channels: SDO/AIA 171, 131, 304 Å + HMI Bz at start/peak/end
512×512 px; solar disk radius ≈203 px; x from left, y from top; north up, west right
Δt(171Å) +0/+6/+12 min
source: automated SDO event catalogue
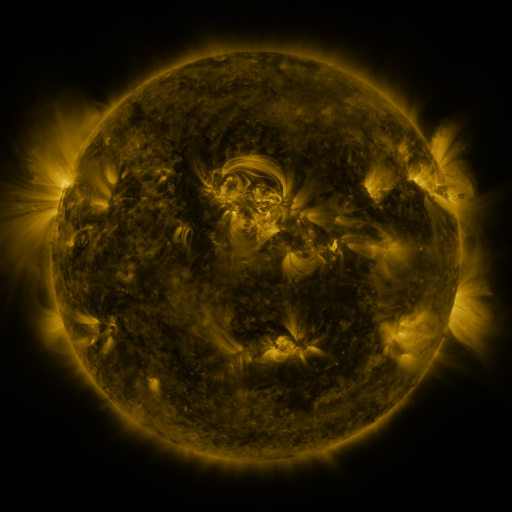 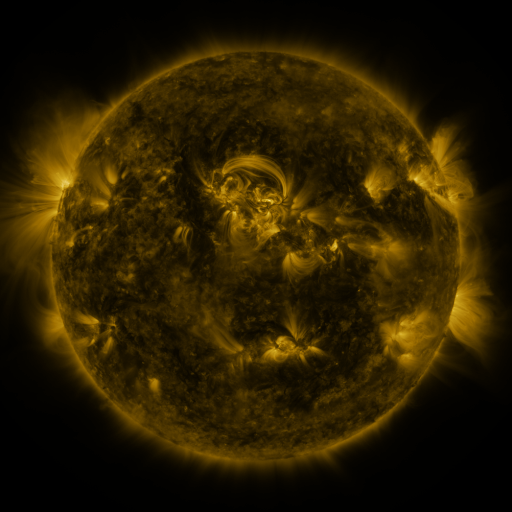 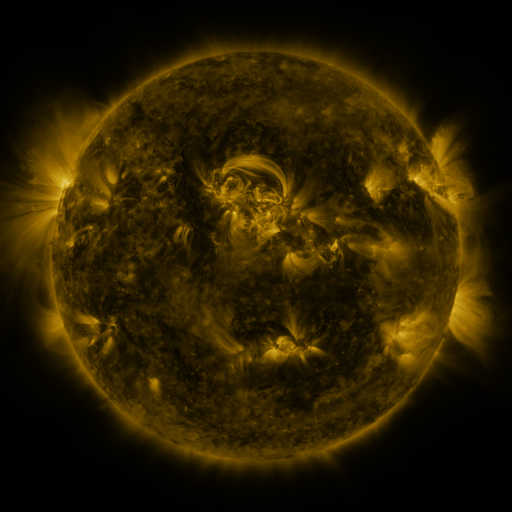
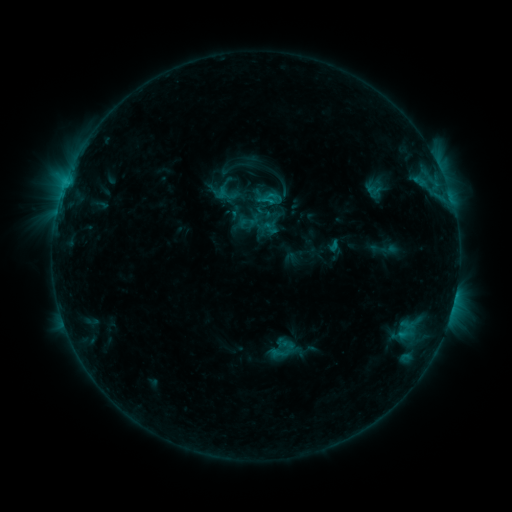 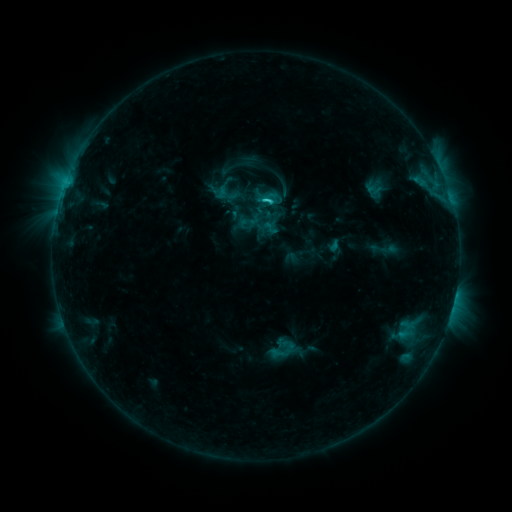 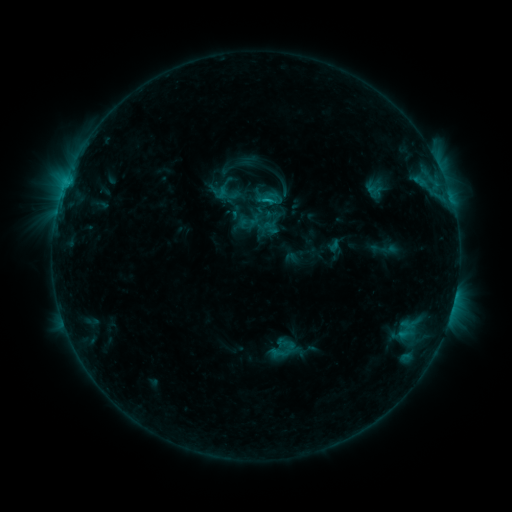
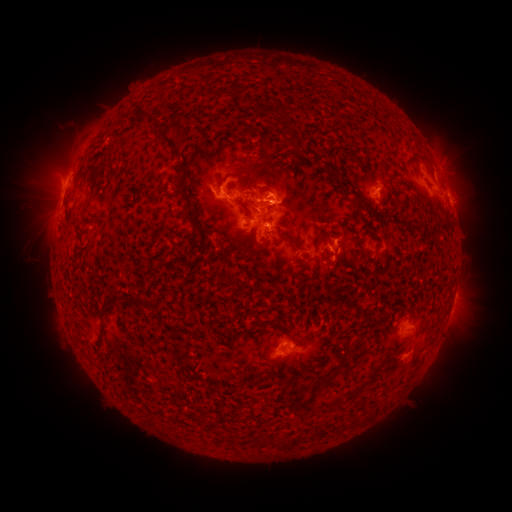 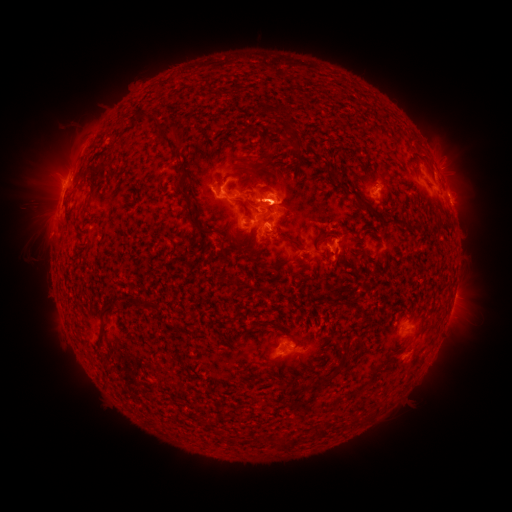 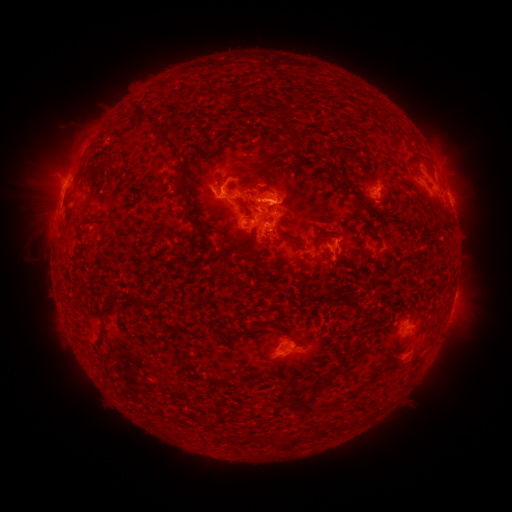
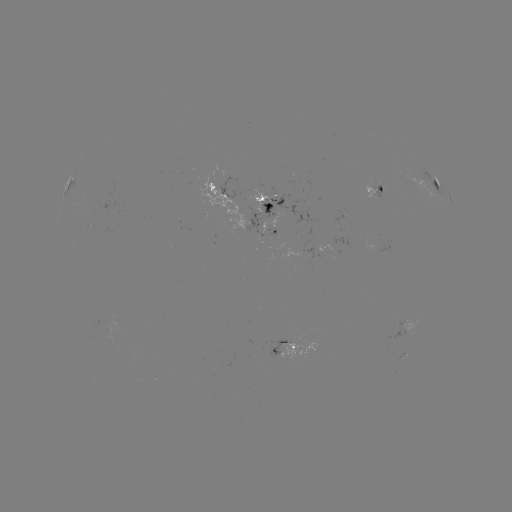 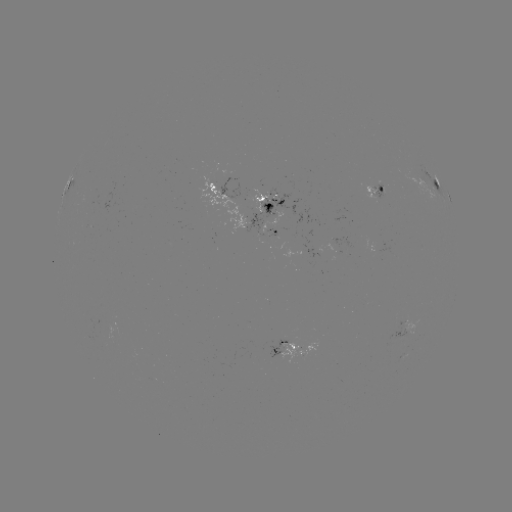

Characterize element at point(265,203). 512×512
C2.0 flare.